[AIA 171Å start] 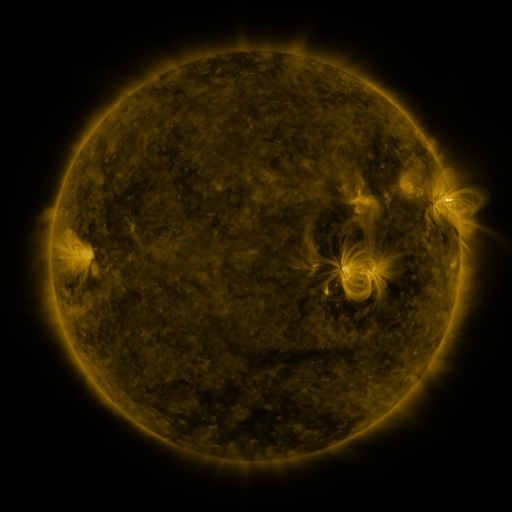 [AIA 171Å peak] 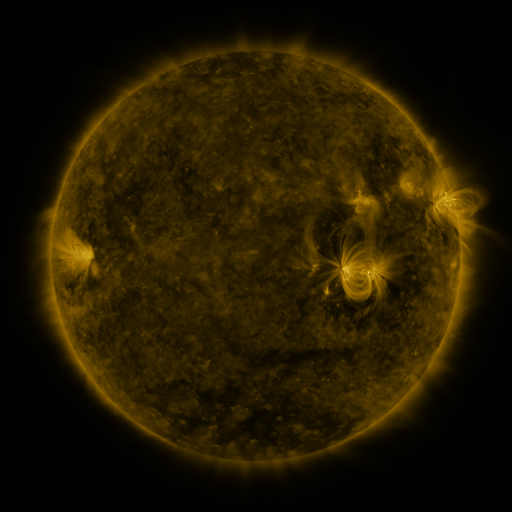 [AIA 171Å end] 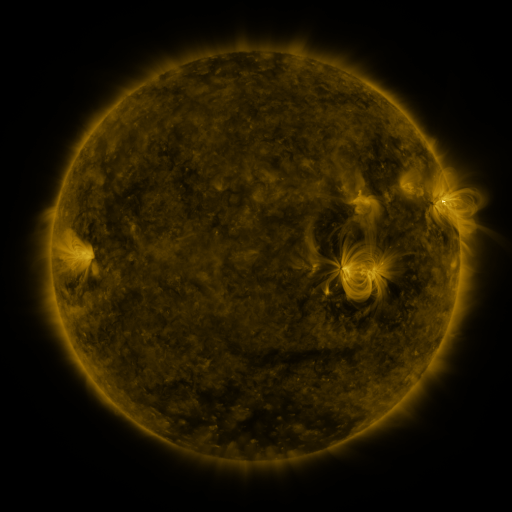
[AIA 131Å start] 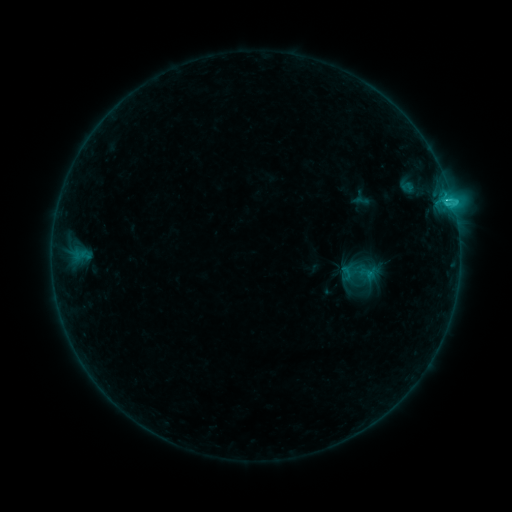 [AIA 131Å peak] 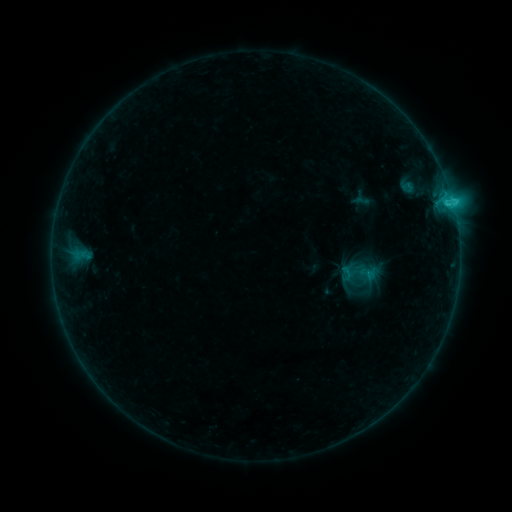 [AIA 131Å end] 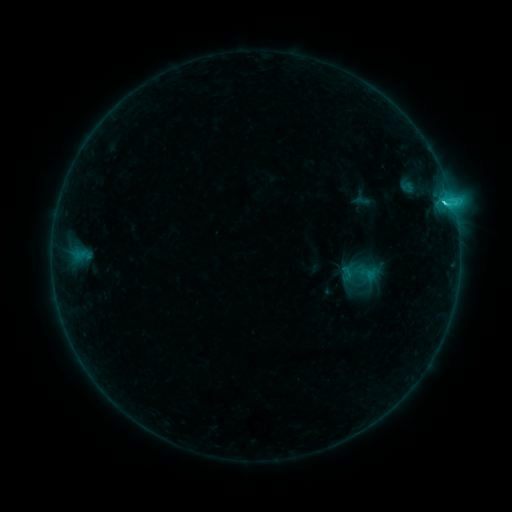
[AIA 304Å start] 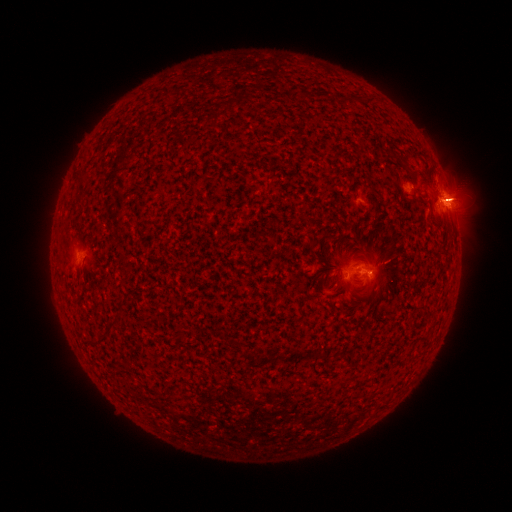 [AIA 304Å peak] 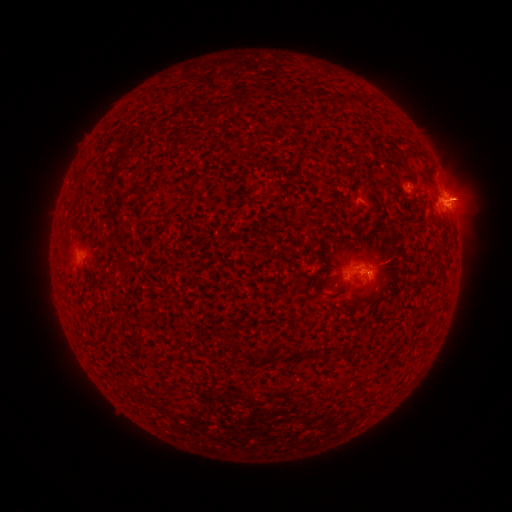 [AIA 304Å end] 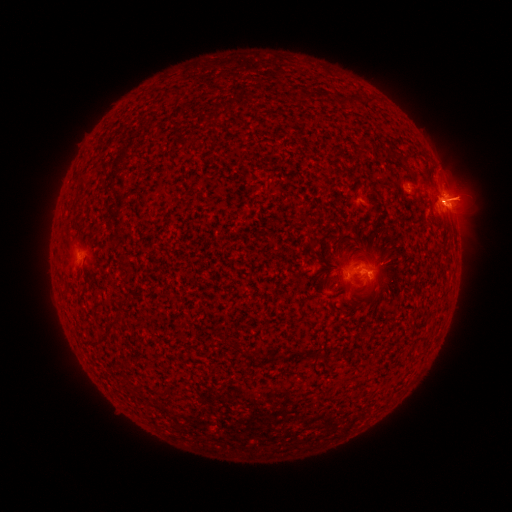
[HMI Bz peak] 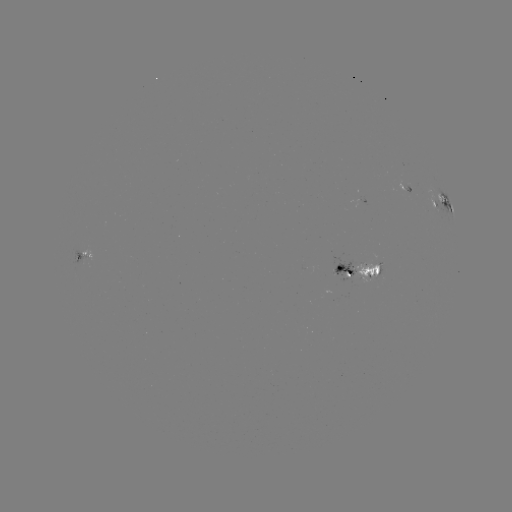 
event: eruption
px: (465, 193)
